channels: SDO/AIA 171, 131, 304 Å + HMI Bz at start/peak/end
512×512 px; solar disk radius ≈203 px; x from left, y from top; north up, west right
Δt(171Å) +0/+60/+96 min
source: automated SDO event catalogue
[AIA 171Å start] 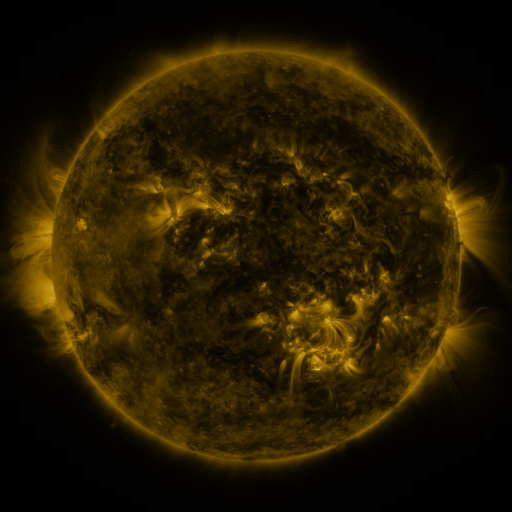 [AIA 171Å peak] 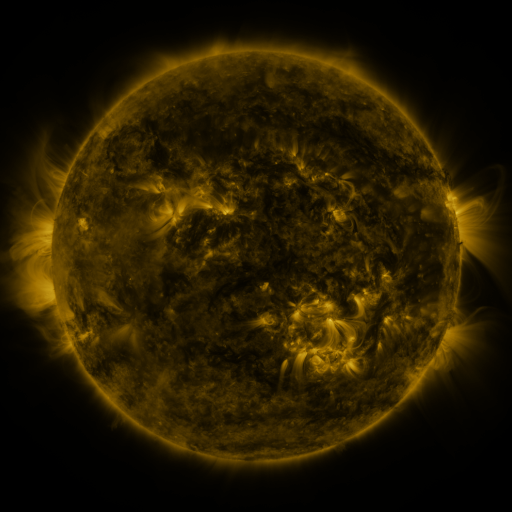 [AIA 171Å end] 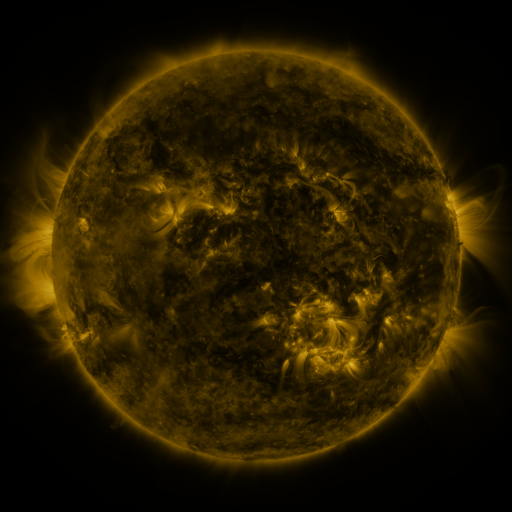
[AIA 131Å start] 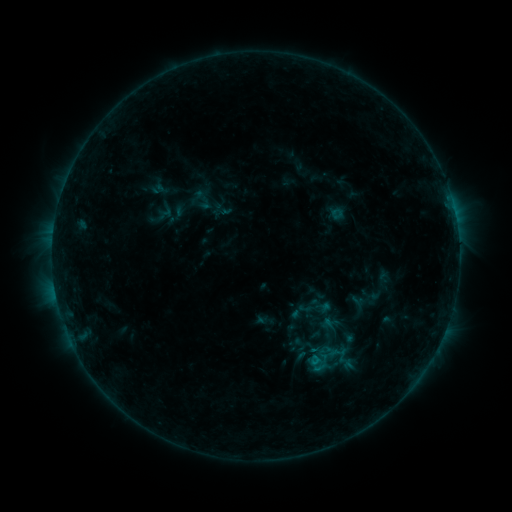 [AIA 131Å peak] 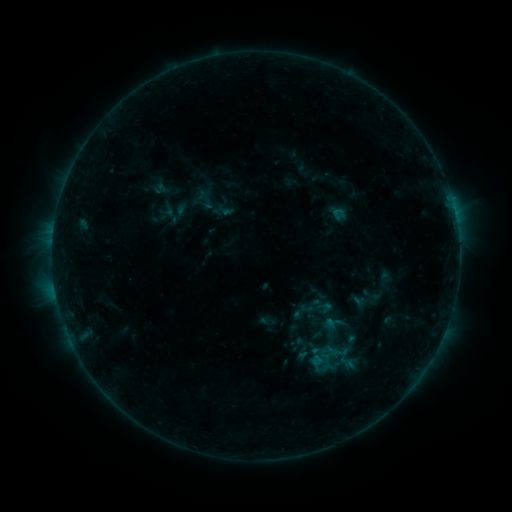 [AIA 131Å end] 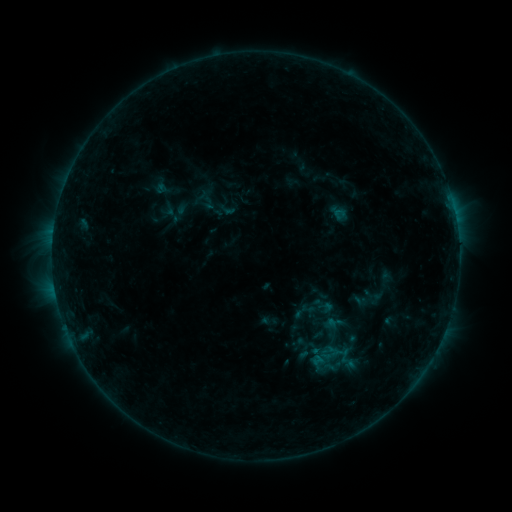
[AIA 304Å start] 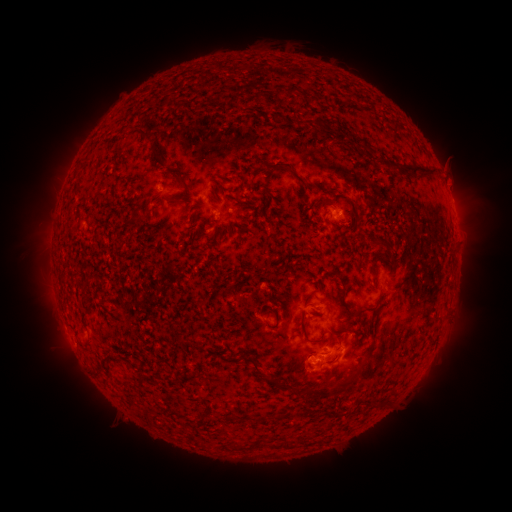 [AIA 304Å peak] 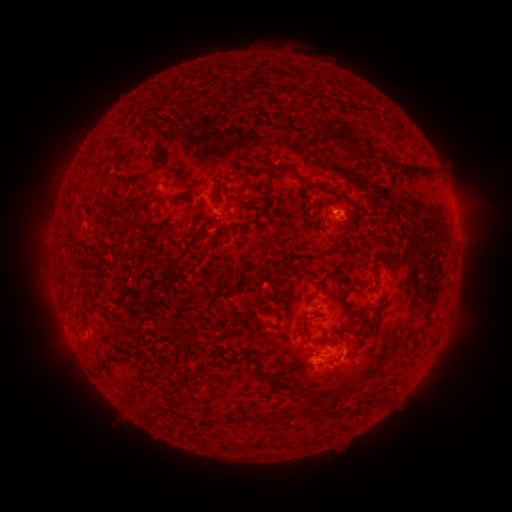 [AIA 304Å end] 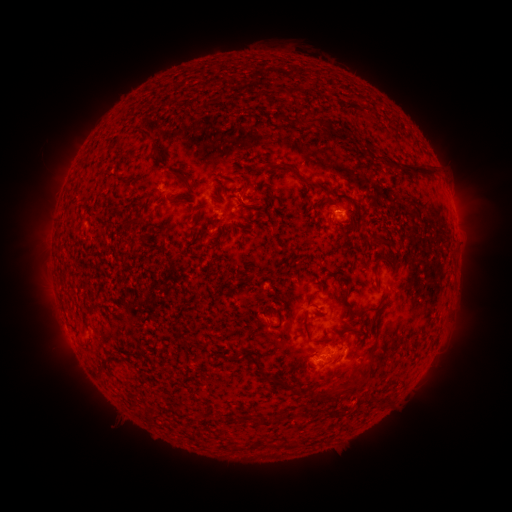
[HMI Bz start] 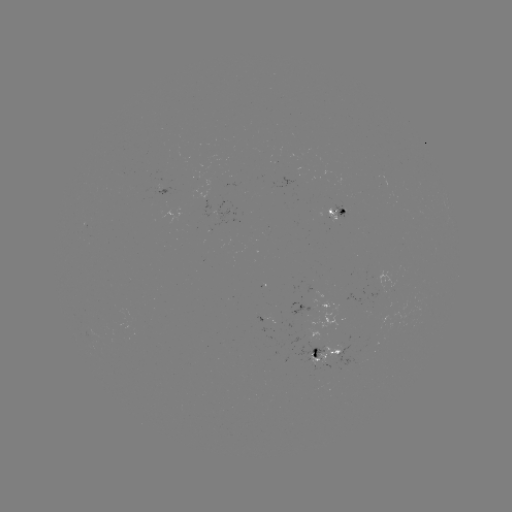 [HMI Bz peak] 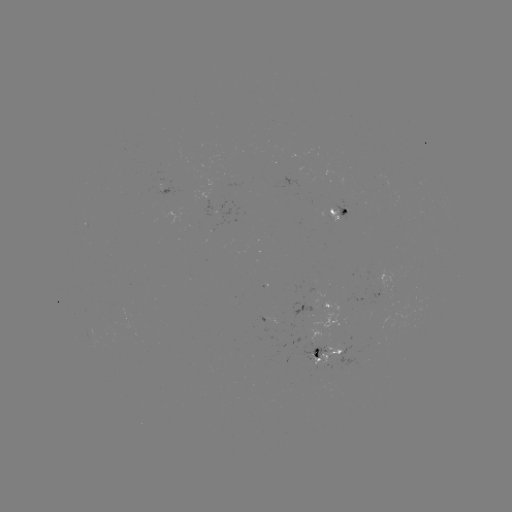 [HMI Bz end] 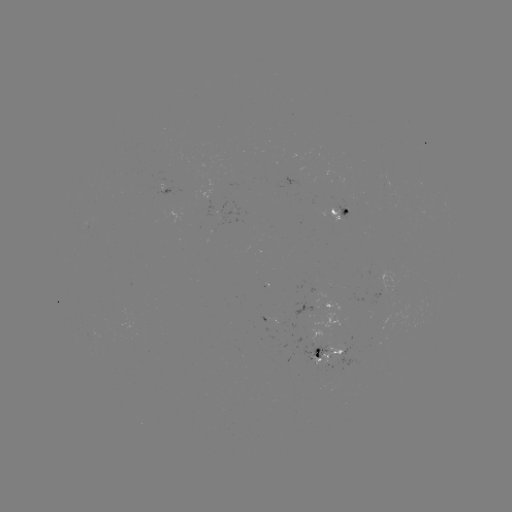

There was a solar emerging-flux region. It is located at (384, 183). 